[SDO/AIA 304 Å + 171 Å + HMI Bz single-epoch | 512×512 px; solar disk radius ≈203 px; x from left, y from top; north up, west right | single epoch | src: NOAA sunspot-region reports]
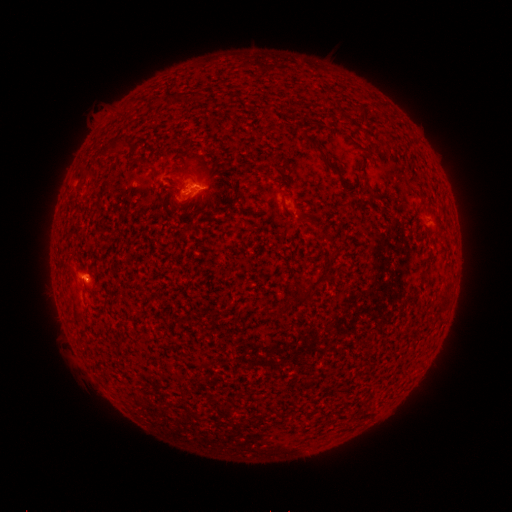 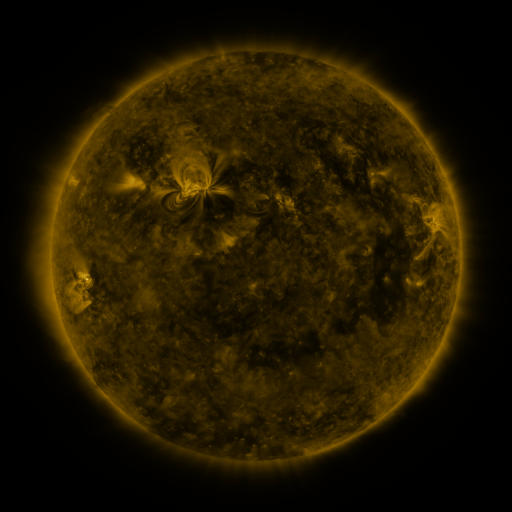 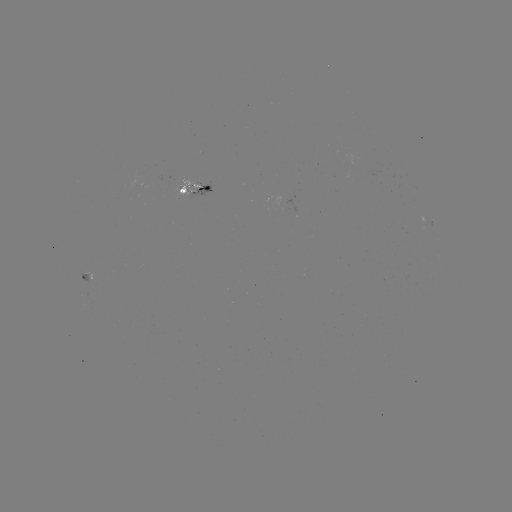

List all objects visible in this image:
spotted active region: (197, 188)
spotted active region: (431, 222)
spotted active region: (83, 275)
